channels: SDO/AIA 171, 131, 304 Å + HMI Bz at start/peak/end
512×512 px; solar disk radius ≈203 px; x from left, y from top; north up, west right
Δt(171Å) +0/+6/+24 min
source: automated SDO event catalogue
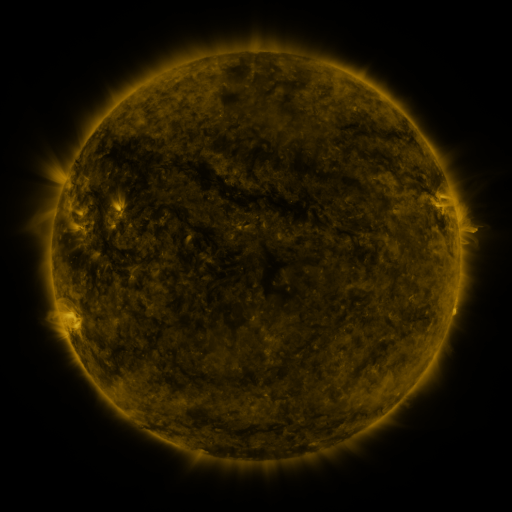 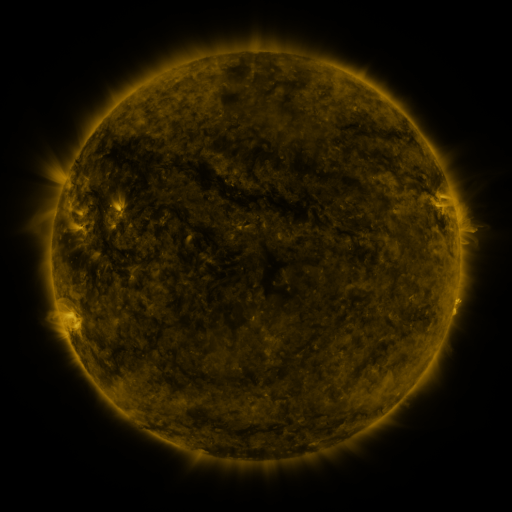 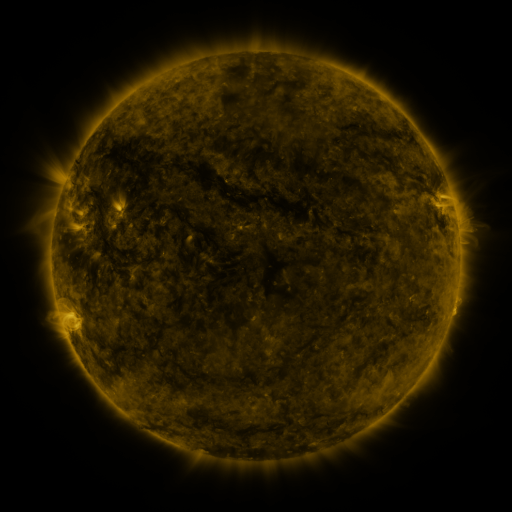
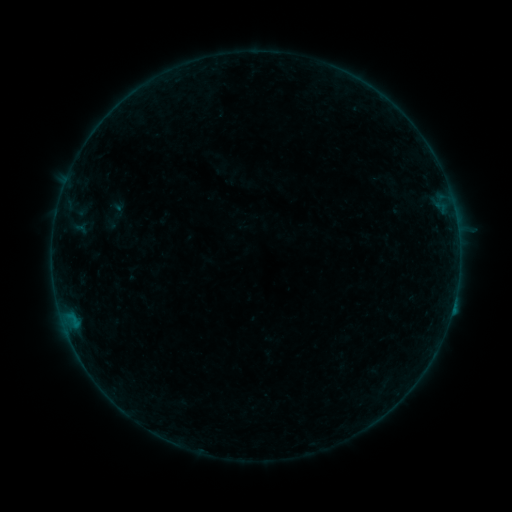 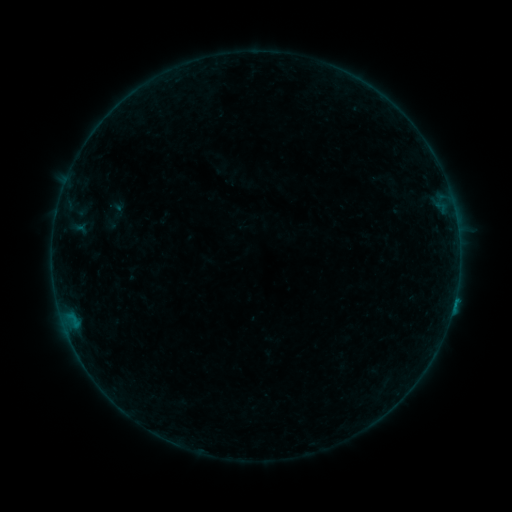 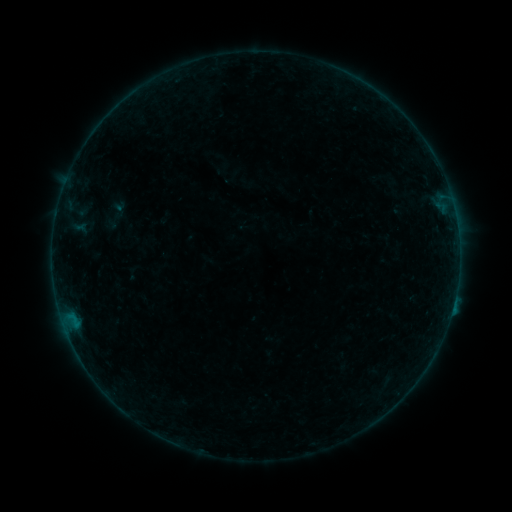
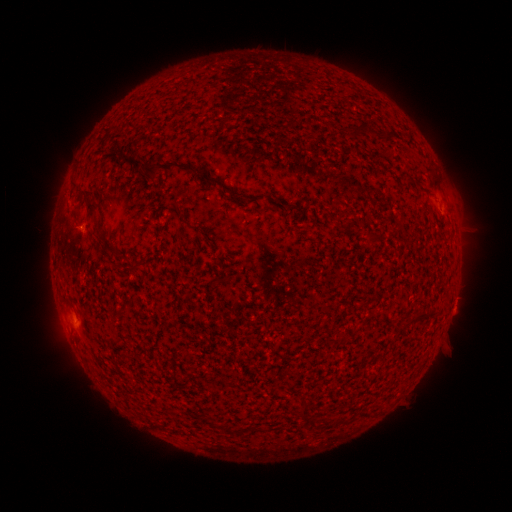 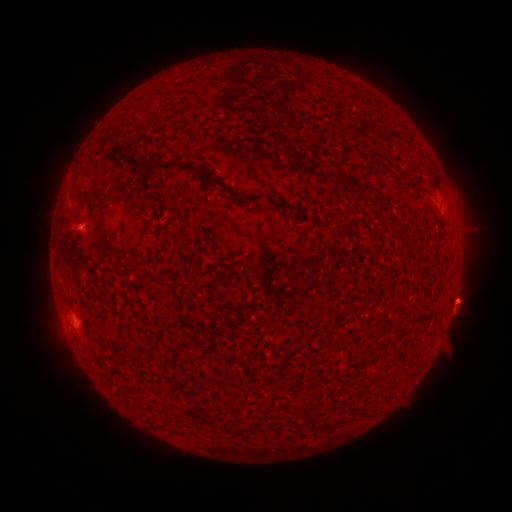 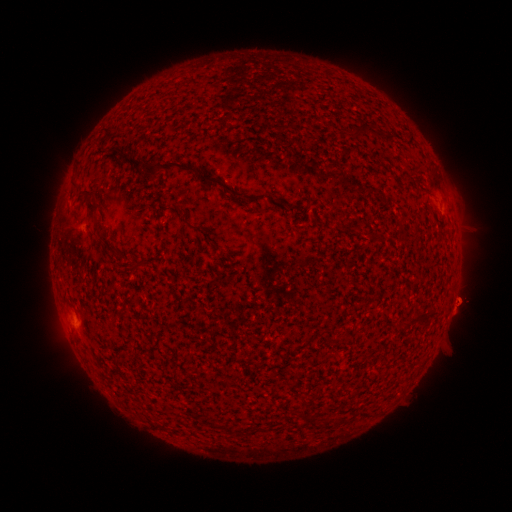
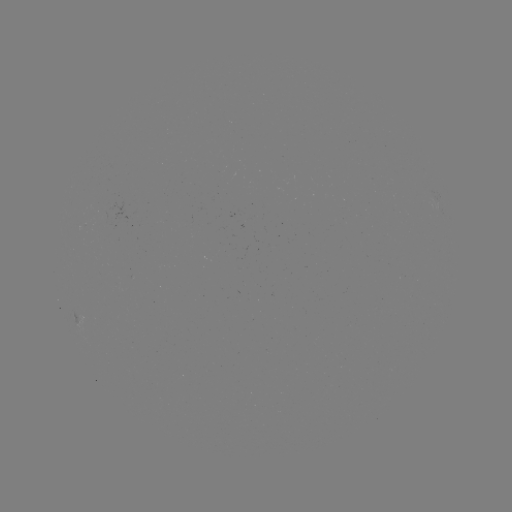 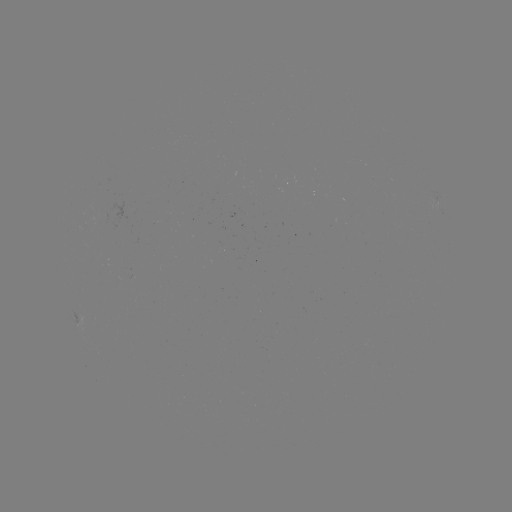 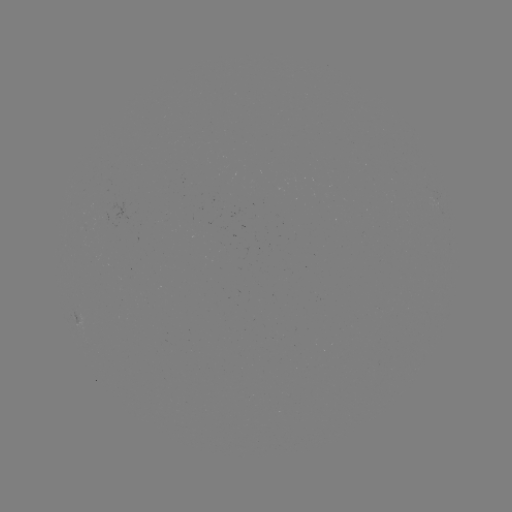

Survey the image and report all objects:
B2.5 flare: (453, 302)
